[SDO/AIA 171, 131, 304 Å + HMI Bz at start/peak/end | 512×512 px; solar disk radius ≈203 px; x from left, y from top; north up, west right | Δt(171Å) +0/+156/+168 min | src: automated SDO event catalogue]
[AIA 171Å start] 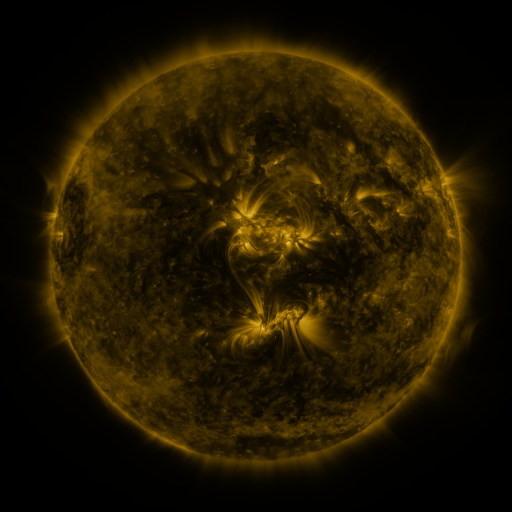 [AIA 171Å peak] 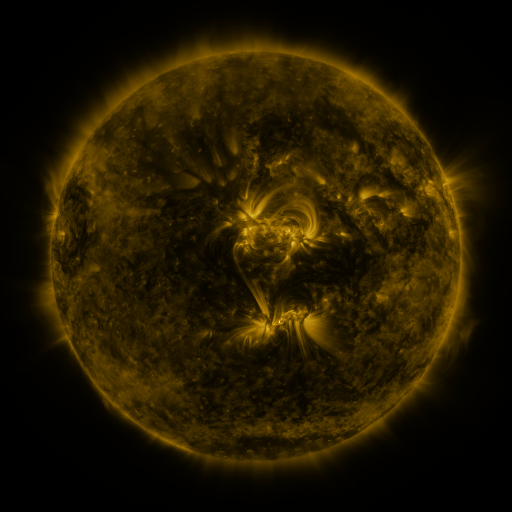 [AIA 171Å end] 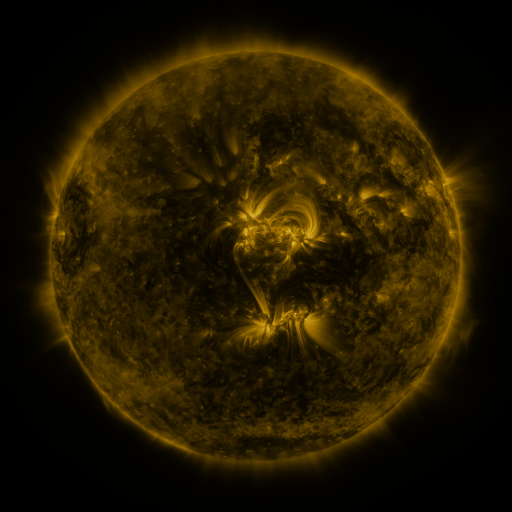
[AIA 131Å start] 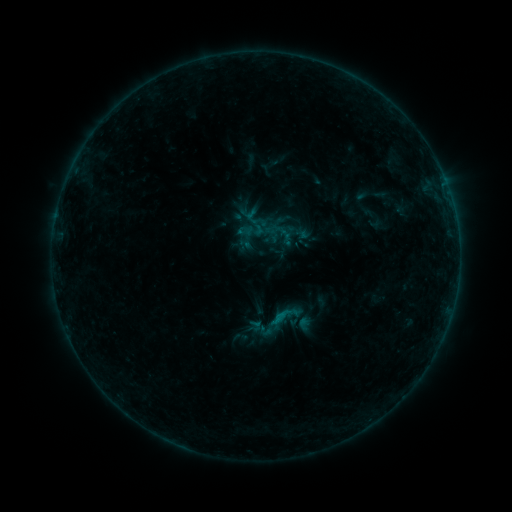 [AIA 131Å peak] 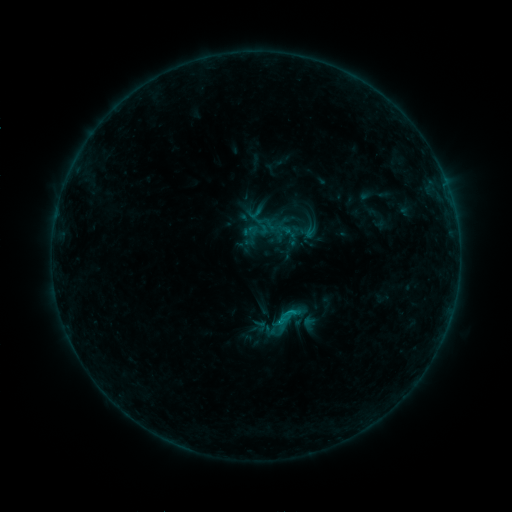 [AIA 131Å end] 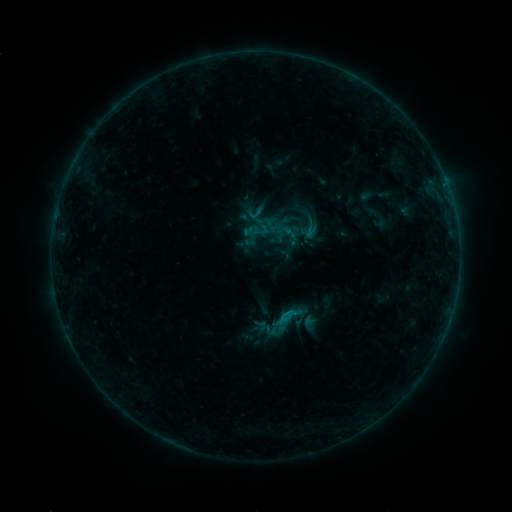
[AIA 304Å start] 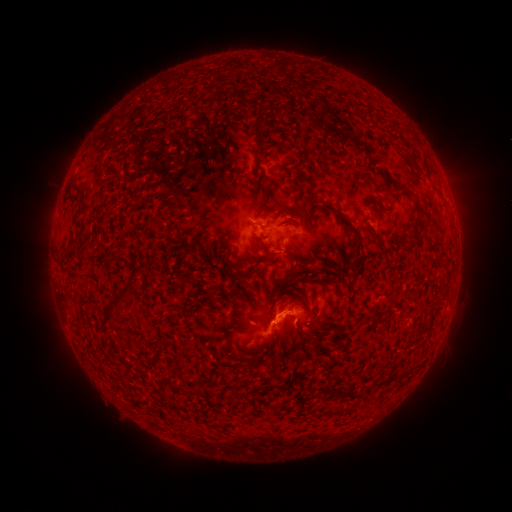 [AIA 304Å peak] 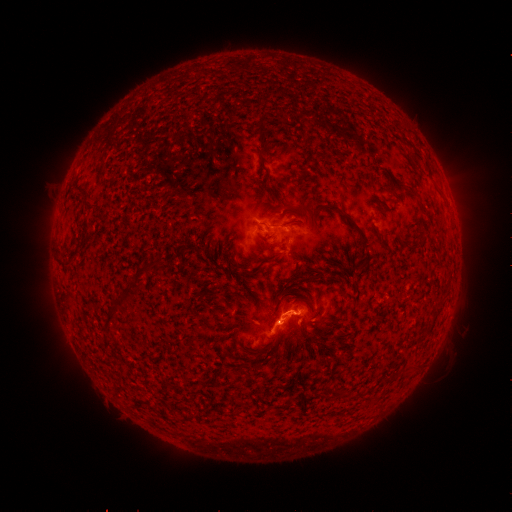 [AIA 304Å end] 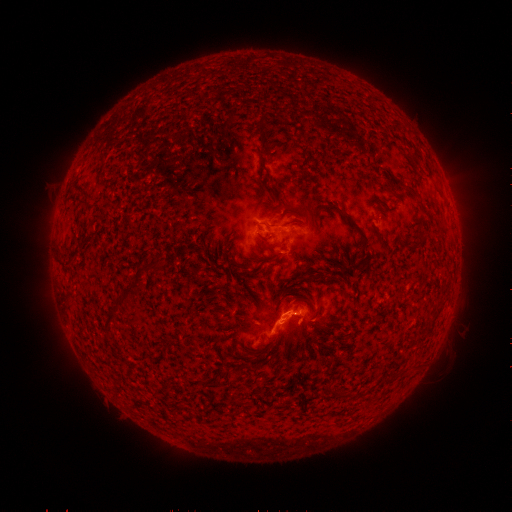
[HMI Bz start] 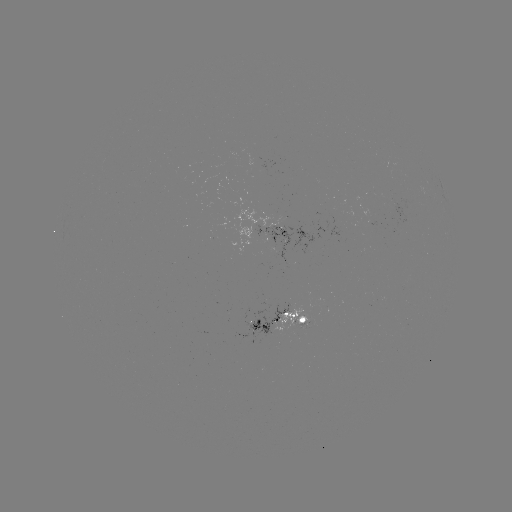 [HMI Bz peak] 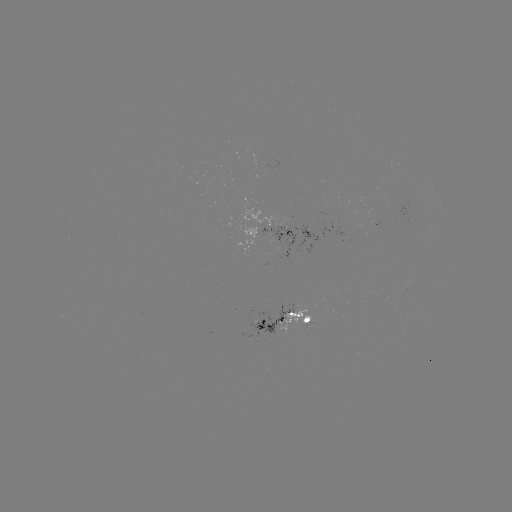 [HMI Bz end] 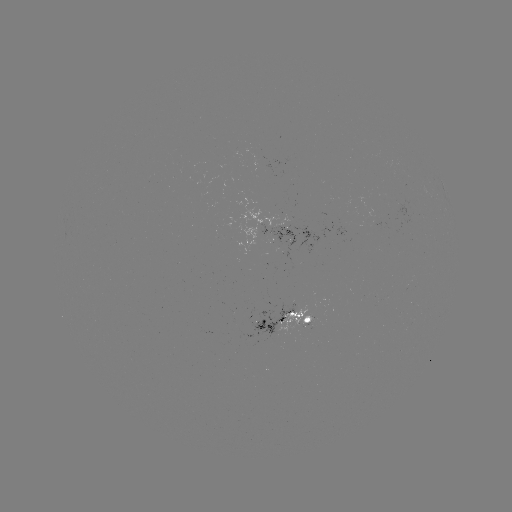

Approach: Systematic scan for emerging-flux region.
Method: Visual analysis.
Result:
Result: emerging-flux region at (284, 311).